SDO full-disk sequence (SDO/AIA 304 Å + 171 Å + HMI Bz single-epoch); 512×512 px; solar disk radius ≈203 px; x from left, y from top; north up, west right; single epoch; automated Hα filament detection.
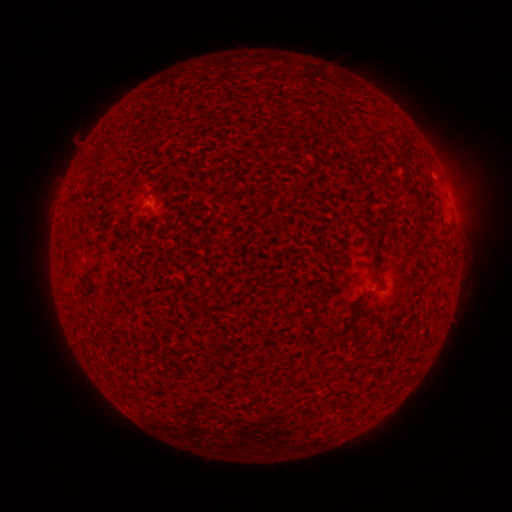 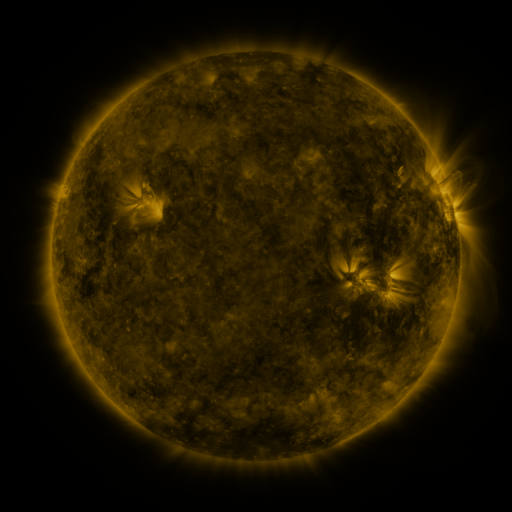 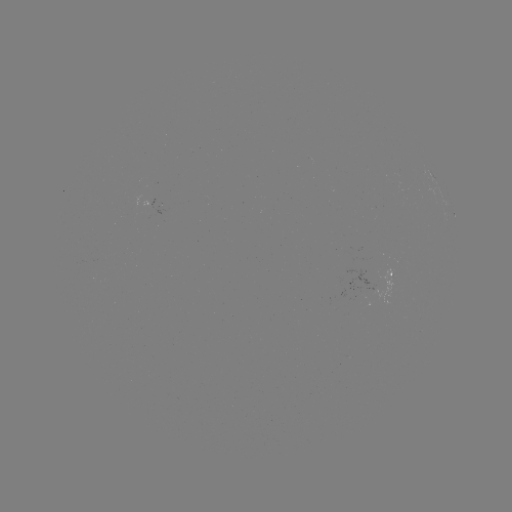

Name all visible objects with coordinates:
filament: (403, 138)
filament: (359, 139)
filament: (367, 220)
filament: (330, 325)
filament: (138, 397)
